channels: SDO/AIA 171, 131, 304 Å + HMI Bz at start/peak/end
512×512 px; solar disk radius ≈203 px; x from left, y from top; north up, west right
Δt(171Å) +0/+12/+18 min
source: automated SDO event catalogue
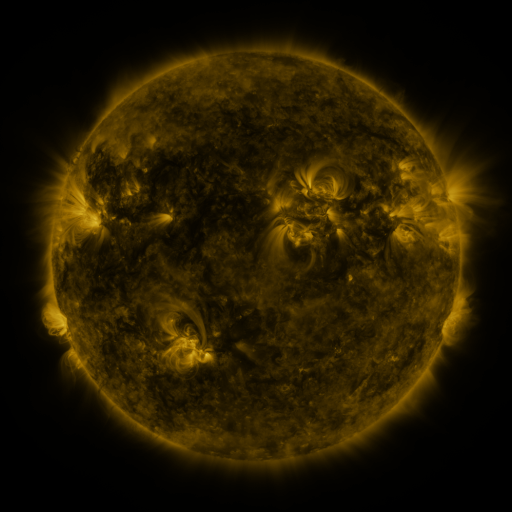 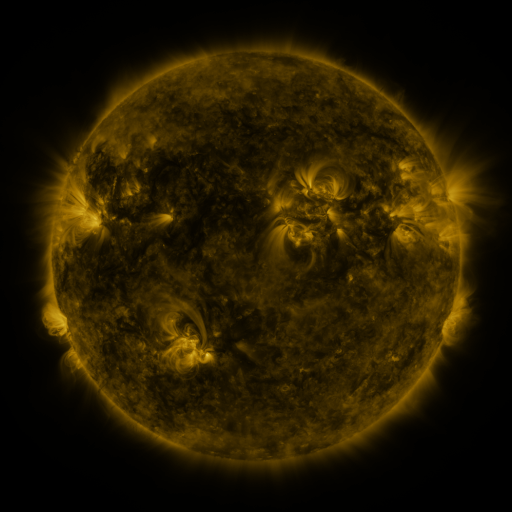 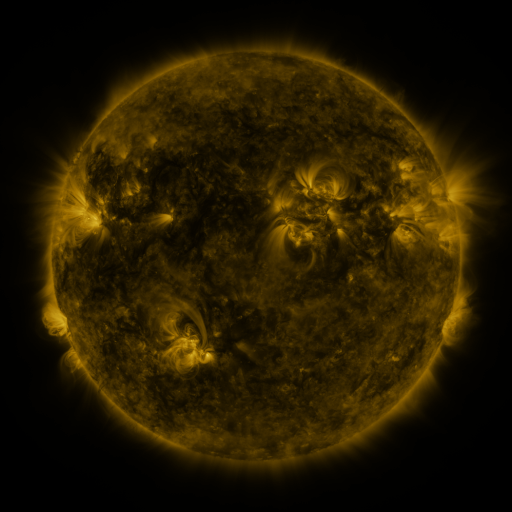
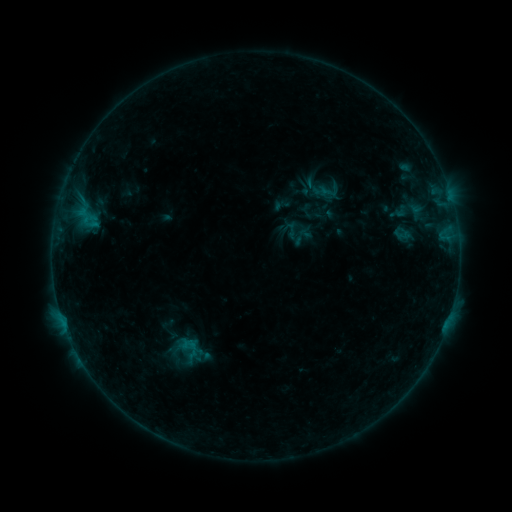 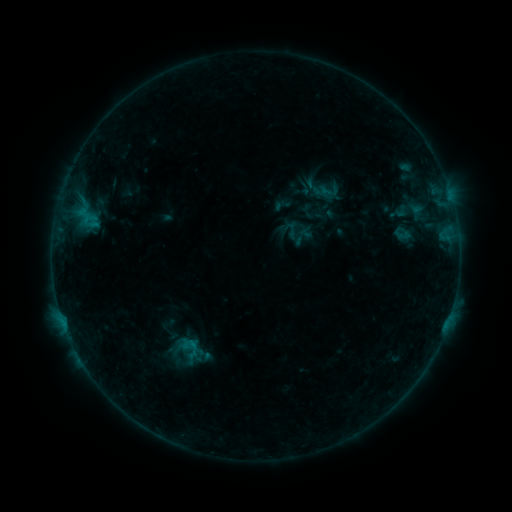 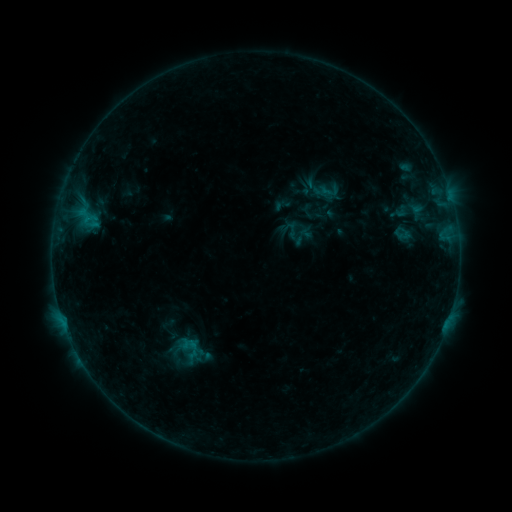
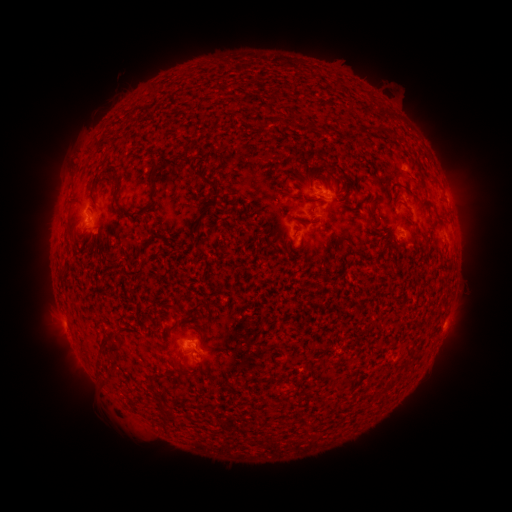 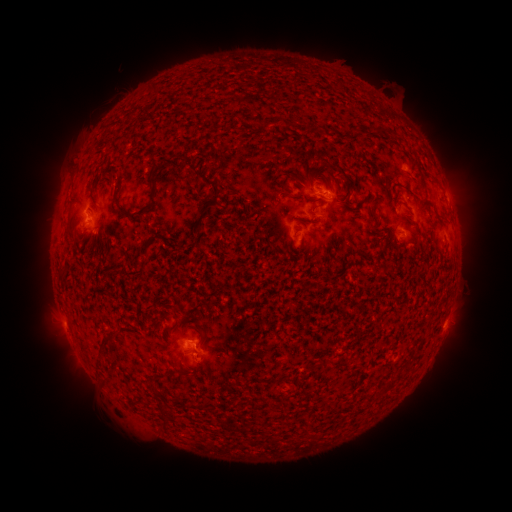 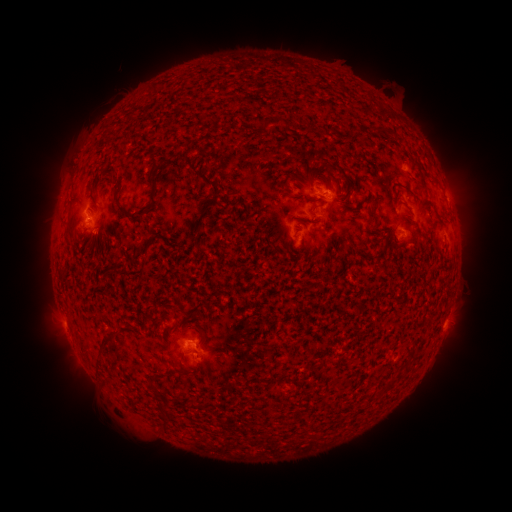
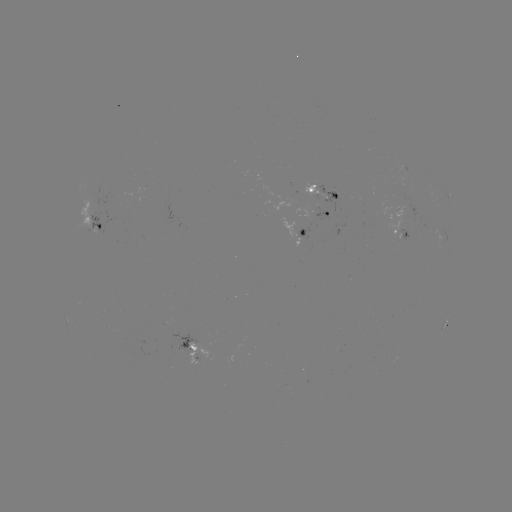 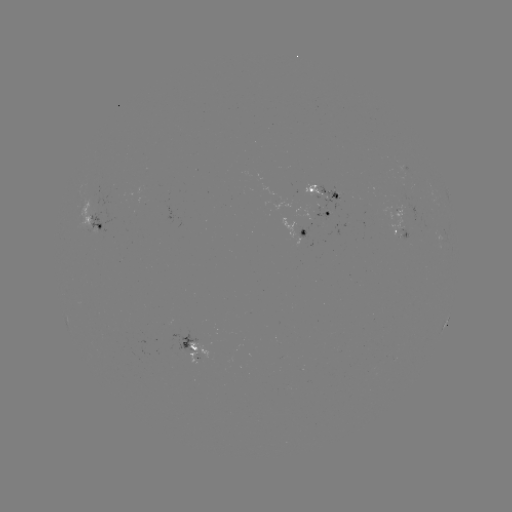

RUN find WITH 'B3.4 flare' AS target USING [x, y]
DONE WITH [196, 344] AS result